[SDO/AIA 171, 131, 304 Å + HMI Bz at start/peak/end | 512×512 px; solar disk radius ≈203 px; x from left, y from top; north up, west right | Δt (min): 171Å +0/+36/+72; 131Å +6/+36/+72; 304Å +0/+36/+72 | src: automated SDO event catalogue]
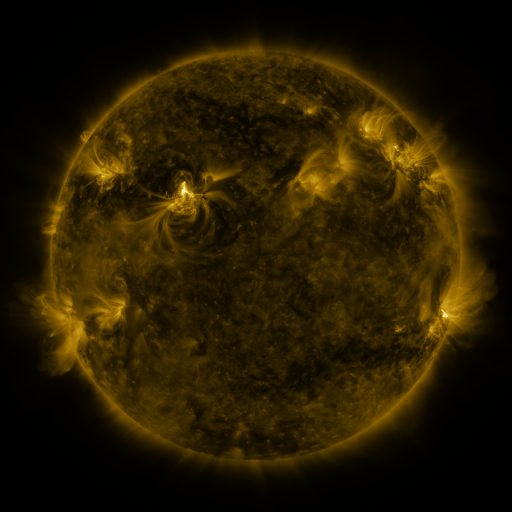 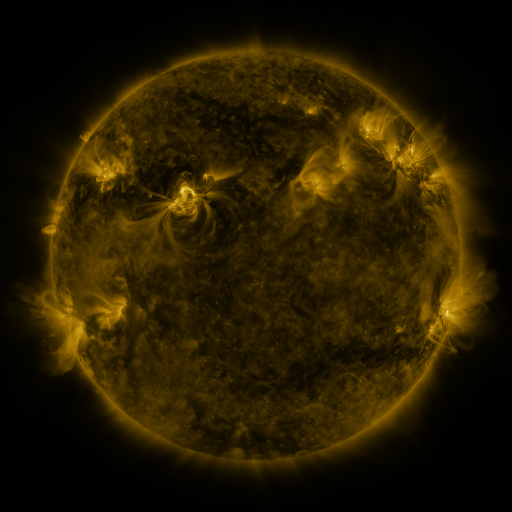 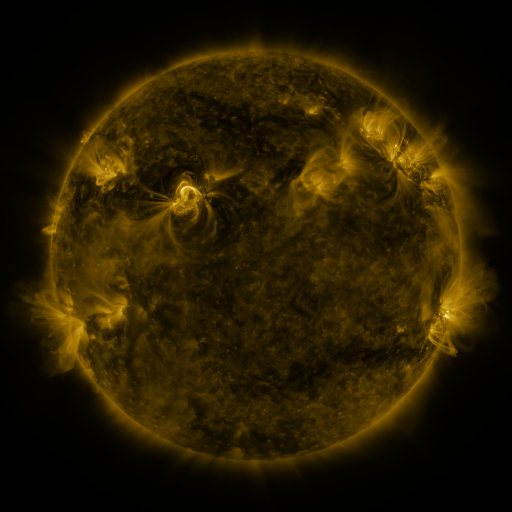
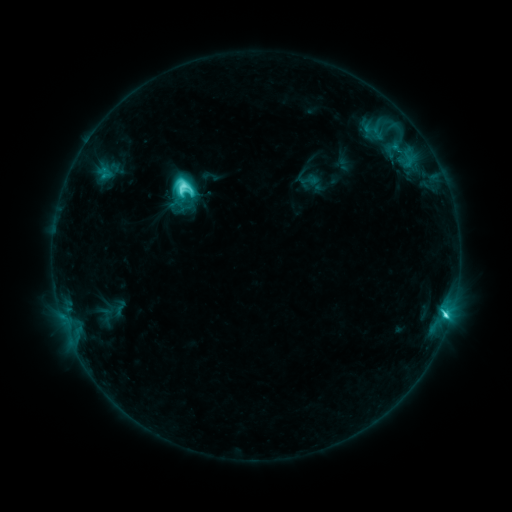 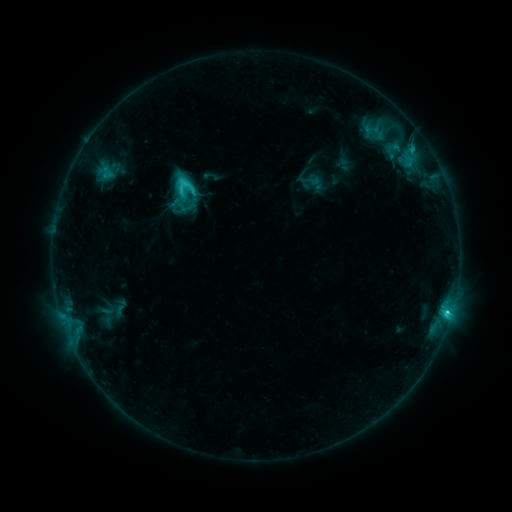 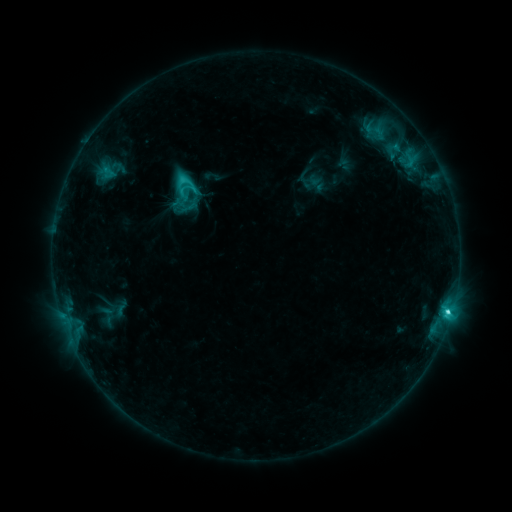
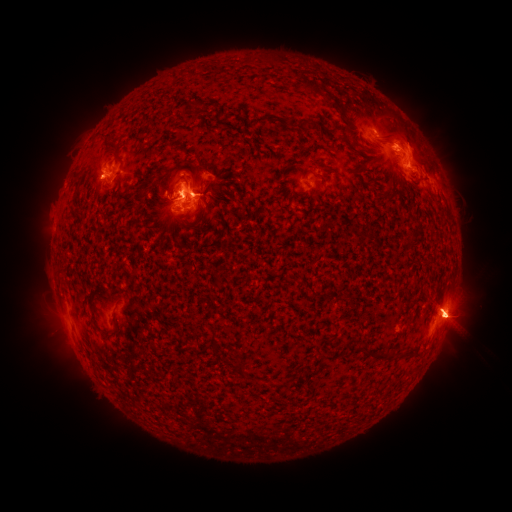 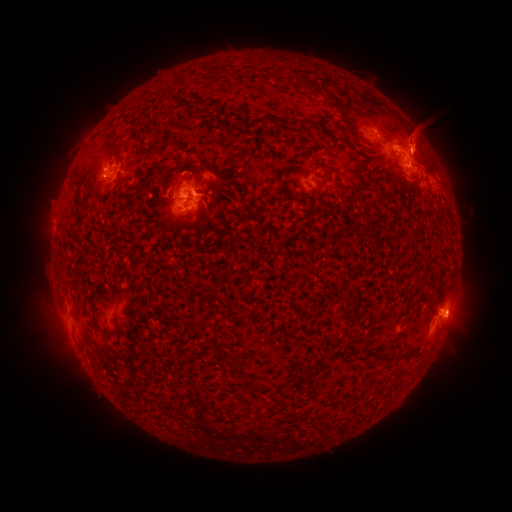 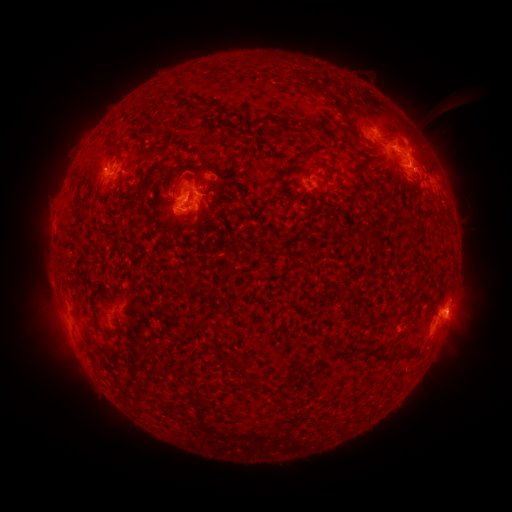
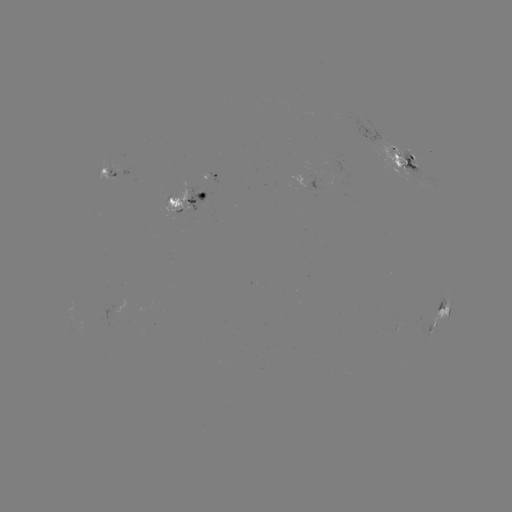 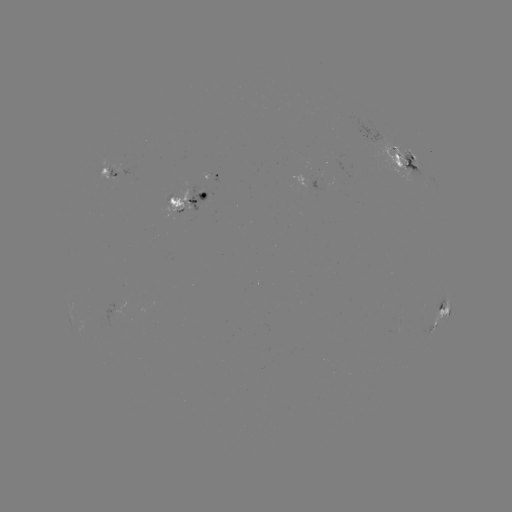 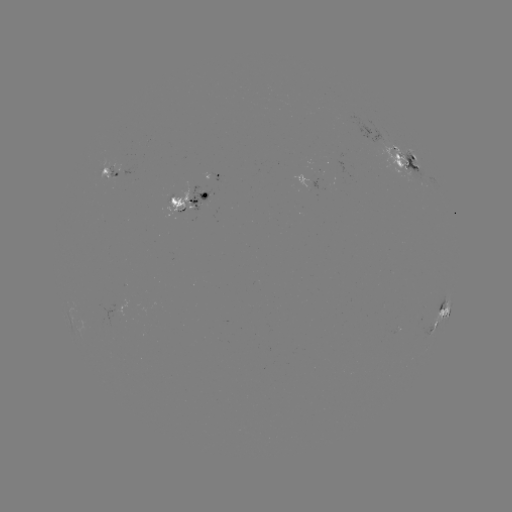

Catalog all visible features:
emerging-flux region: (398, 161)
